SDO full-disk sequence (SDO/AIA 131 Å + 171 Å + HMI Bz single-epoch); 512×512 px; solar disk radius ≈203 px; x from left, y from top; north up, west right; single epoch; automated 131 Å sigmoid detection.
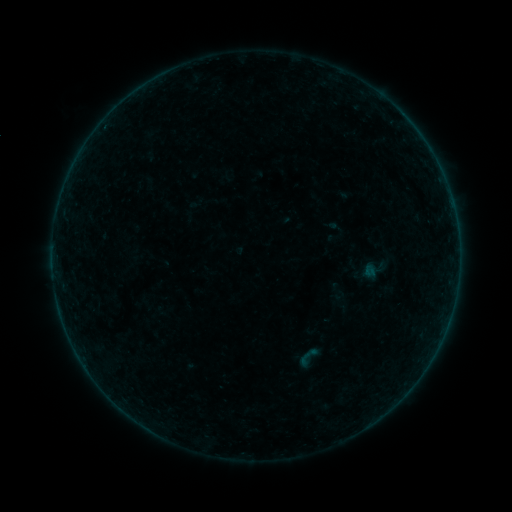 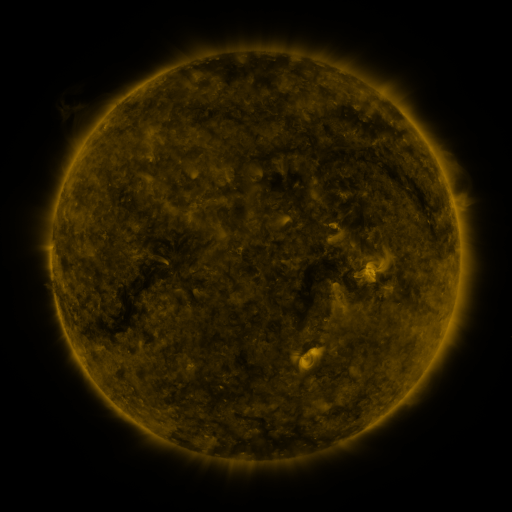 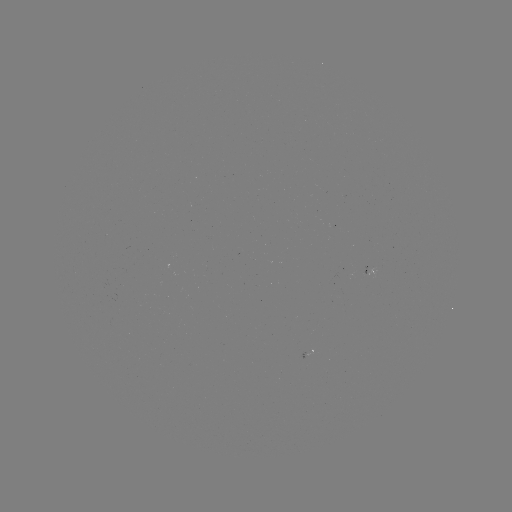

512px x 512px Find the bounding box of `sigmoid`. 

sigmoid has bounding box [297, 347, 317, 368].